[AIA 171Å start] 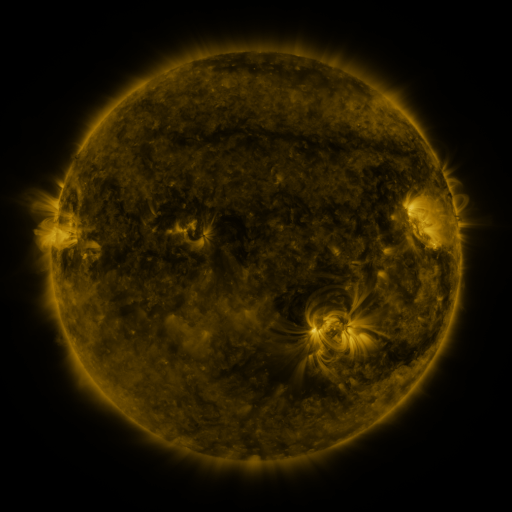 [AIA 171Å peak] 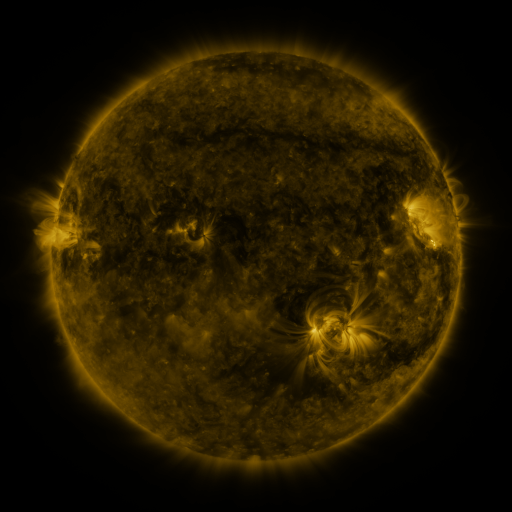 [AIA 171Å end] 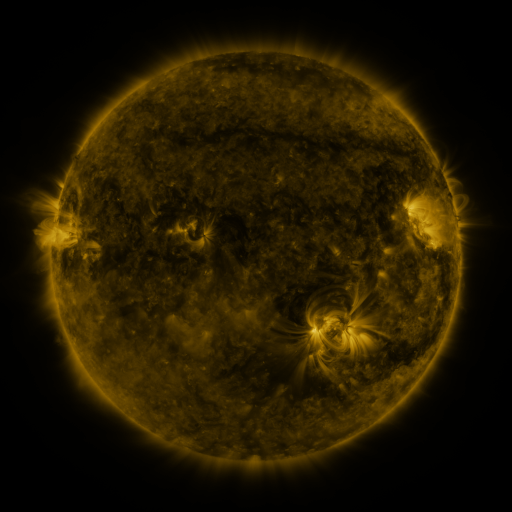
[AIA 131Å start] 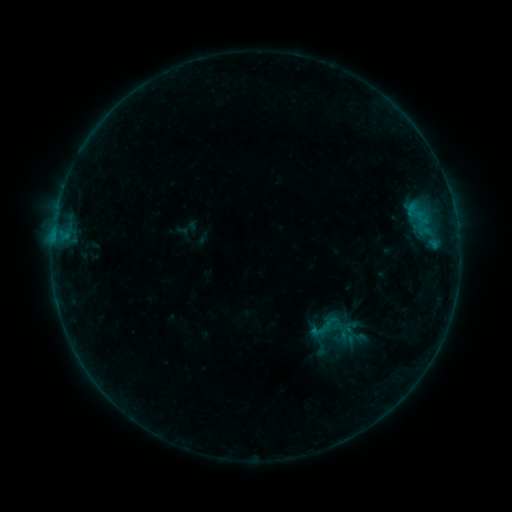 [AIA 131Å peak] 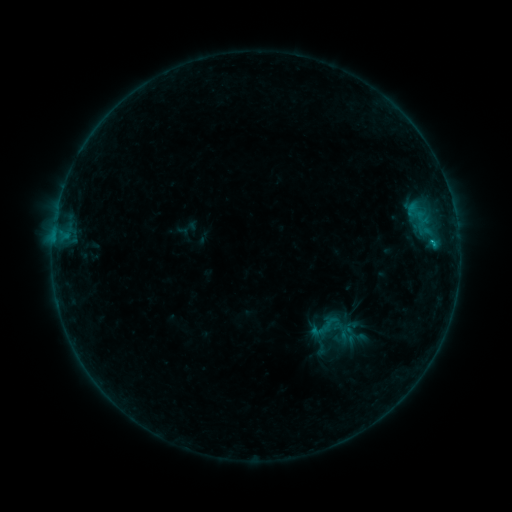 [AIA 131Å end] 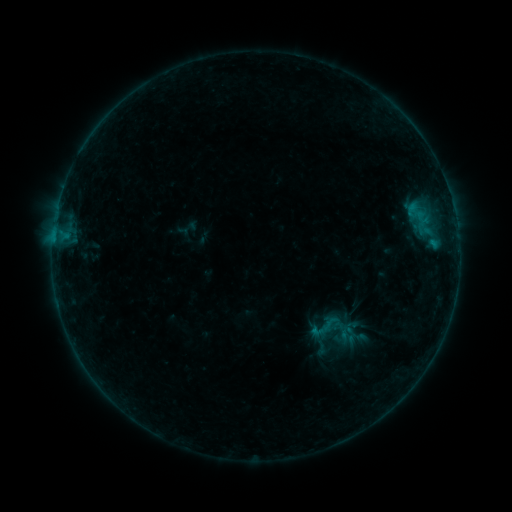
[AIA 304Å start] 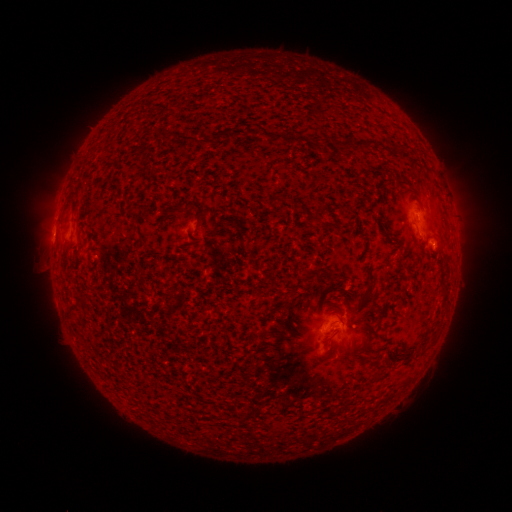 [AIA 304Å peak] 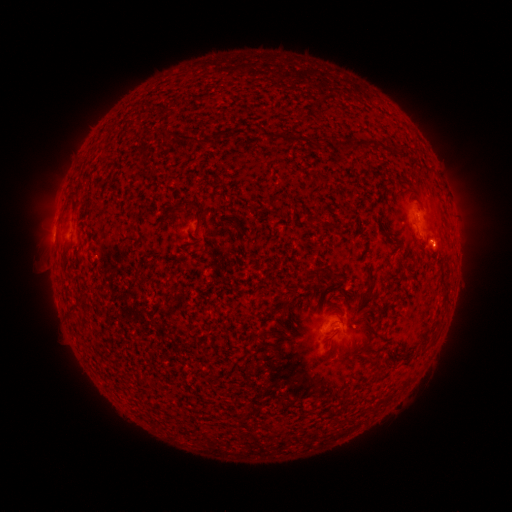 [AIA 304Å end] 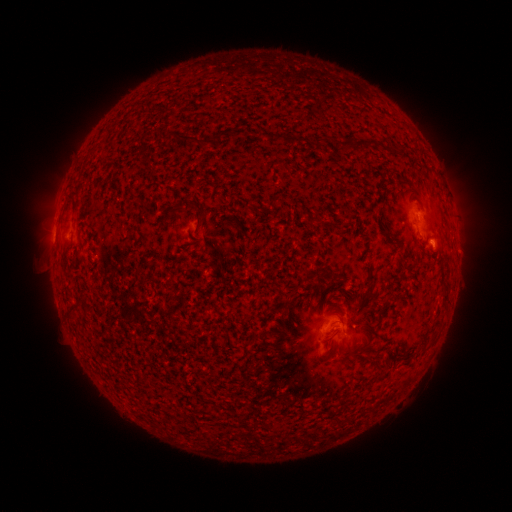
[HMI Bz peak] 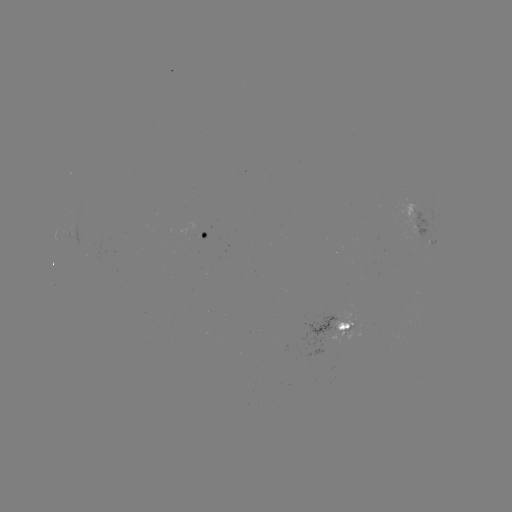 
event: flare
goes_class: B3.7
